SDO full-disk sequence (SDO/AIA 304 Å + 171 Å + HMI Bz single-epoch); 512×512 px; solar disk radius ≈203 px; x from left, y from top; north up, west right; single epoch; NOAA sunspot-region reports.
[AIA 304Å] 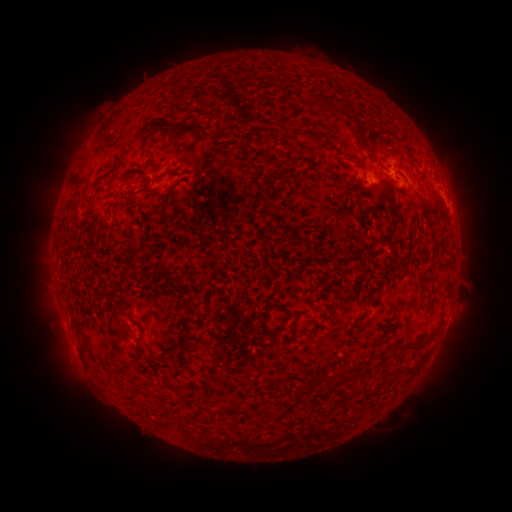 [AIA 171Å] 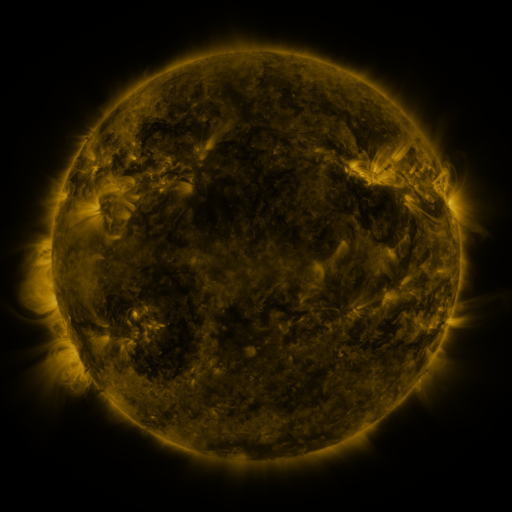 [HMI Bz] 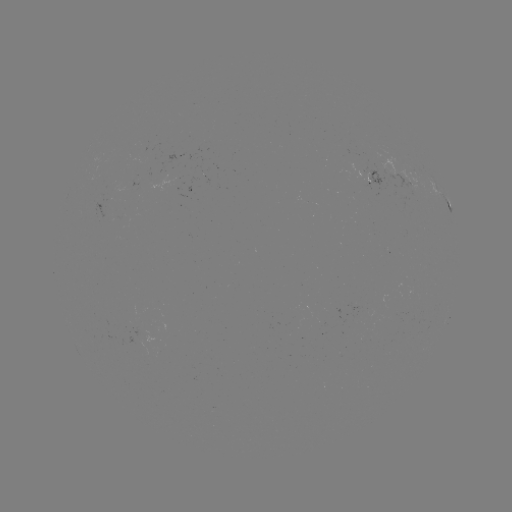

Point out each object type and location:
spotted active region: (373, 180)
spotted active region: (445, 198)
